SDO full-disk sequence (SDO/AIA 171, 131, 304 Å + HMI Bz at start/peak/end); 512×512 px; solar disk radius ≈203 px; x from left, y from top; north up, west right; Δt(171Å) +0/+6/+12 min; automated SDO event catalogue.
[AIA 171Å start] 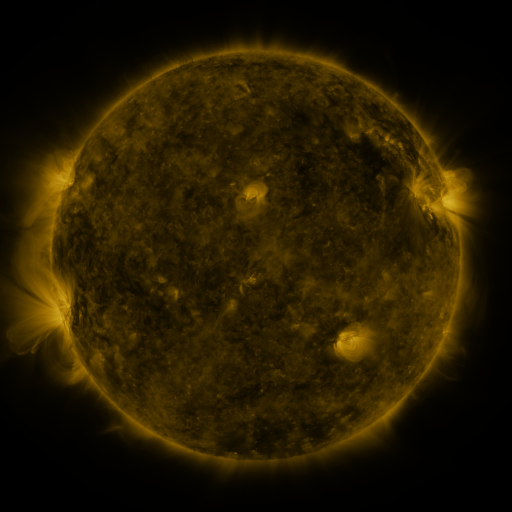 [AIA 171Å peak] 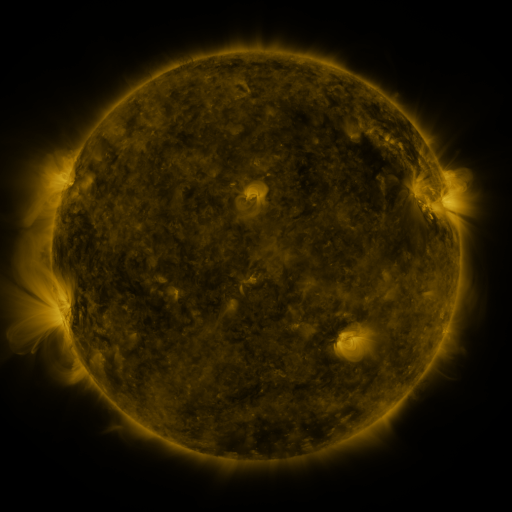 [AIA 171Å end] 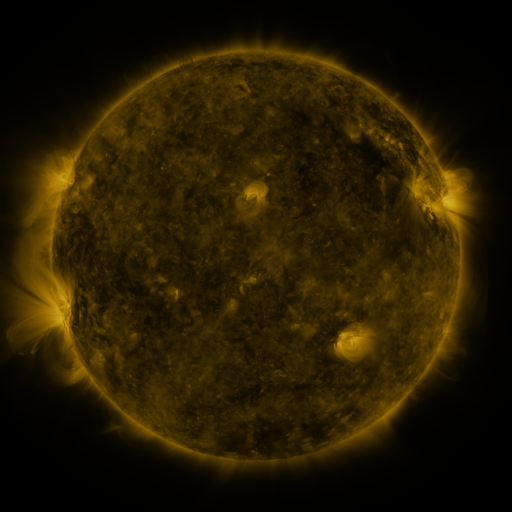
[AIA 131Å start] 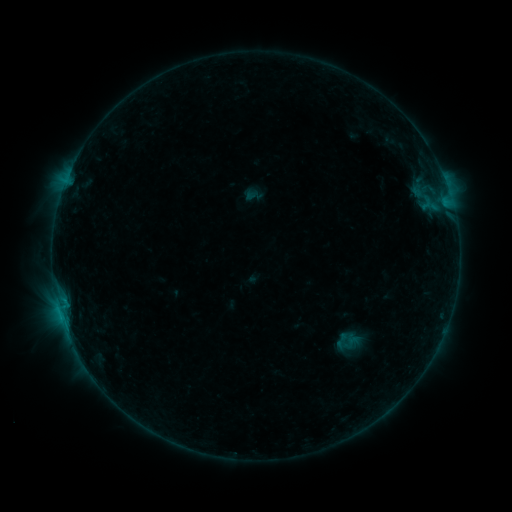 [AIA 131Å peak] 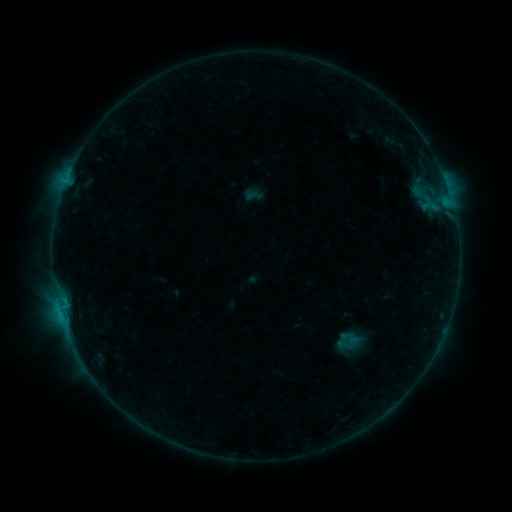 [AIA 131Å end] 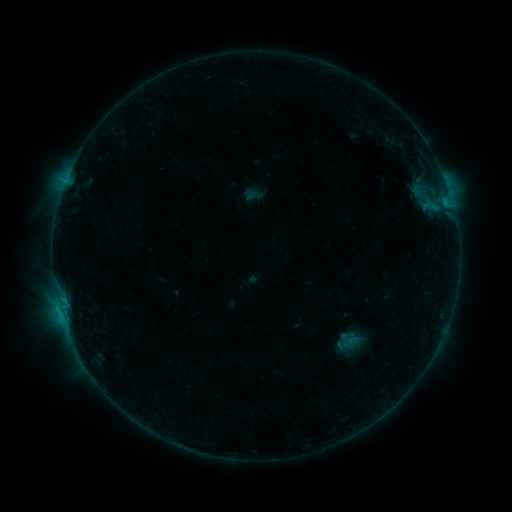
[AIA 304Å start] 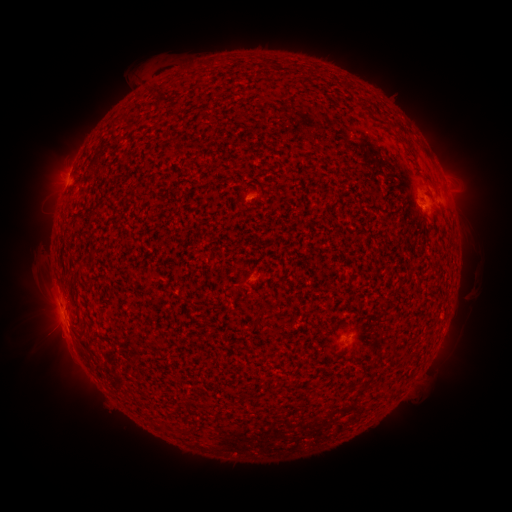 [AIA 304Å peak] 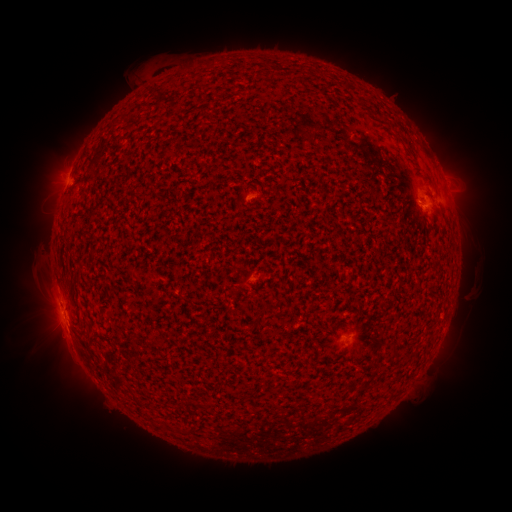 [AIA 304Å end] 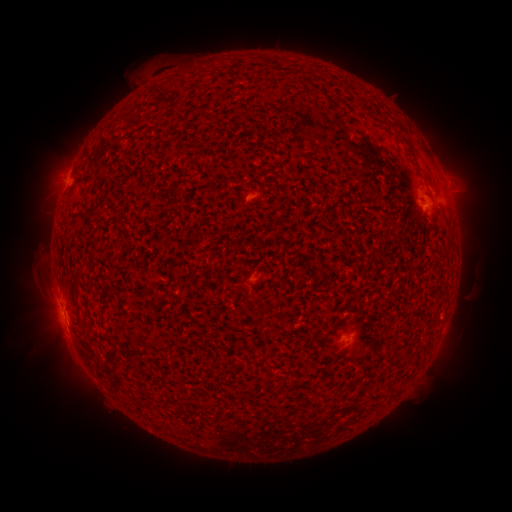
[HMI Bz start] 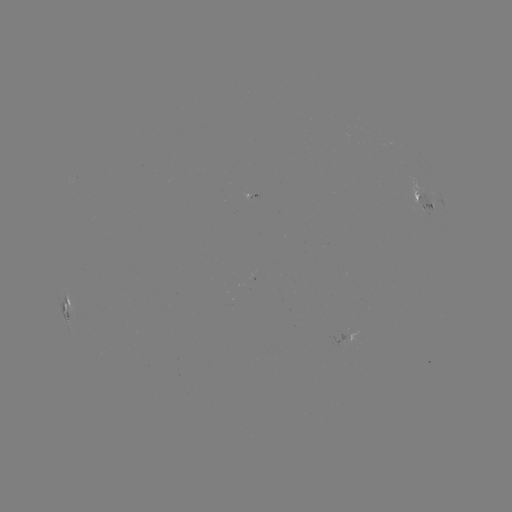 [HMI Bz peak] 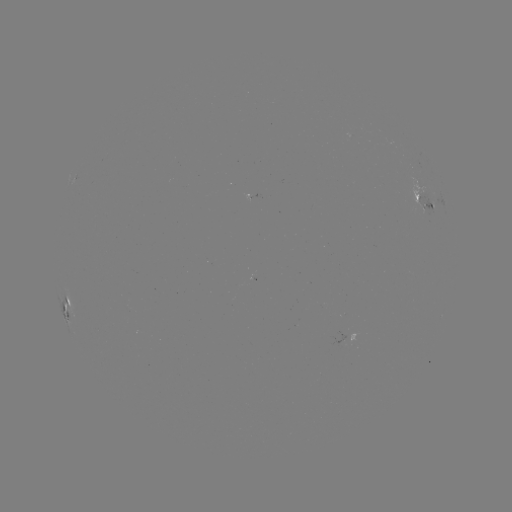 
no classed flare was catalogued and no EUV brightening was flagged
